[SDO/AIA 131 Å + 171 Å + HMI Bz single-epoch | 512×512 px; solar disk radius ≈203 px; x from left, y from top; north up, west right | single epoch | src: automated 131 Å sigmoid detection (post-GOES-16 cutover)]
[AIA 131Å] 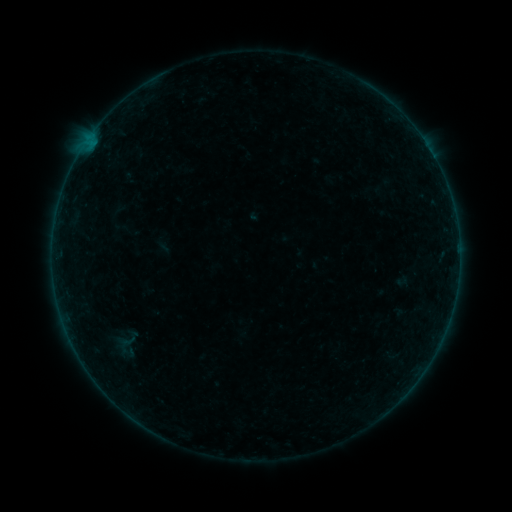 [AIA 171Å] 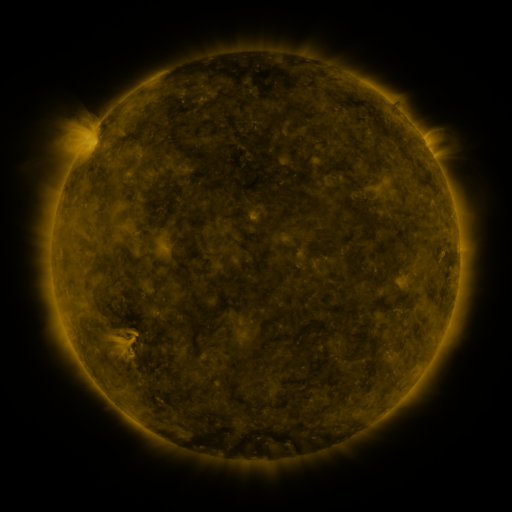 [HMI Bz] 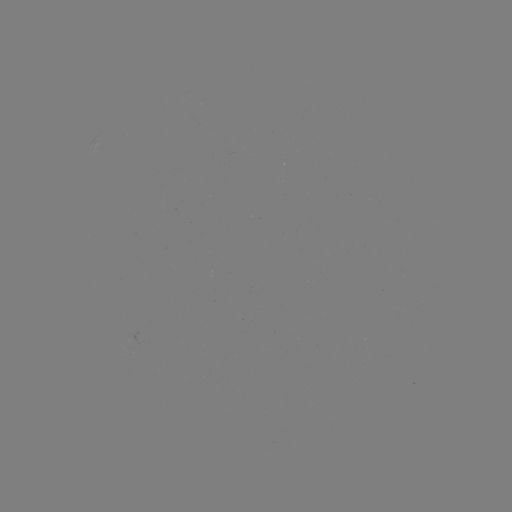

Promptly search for sigmoid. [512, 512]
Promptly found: (124, 344).